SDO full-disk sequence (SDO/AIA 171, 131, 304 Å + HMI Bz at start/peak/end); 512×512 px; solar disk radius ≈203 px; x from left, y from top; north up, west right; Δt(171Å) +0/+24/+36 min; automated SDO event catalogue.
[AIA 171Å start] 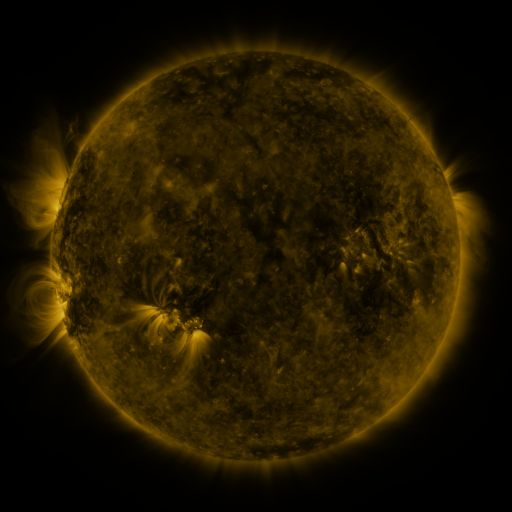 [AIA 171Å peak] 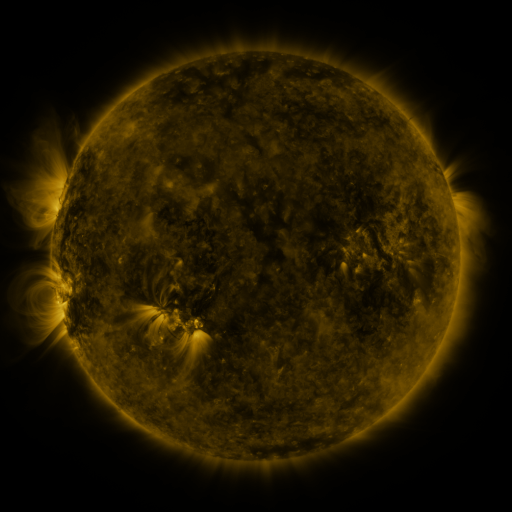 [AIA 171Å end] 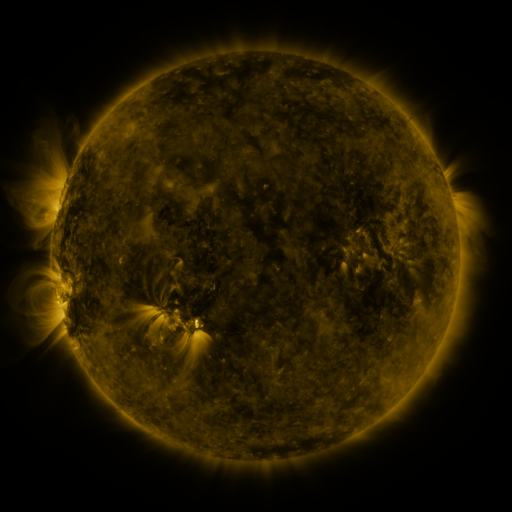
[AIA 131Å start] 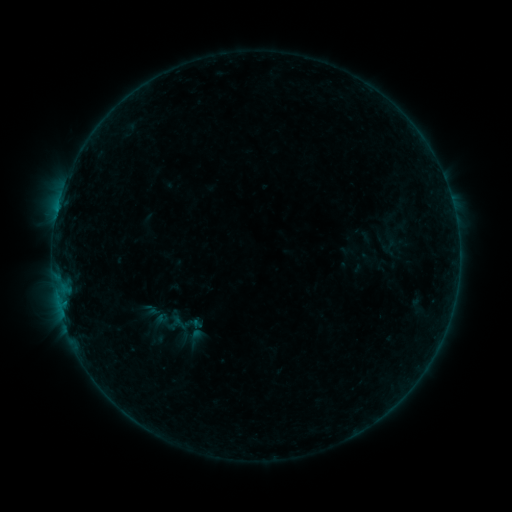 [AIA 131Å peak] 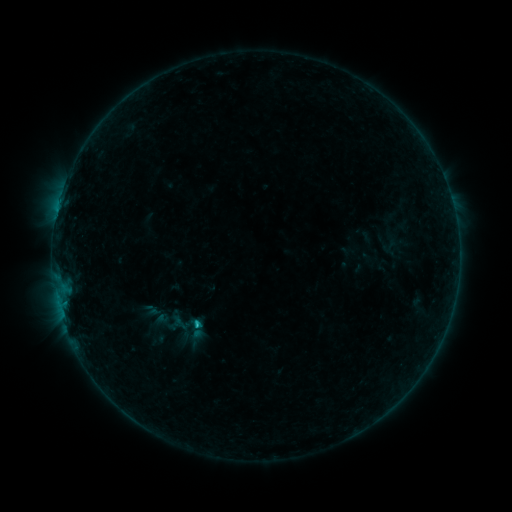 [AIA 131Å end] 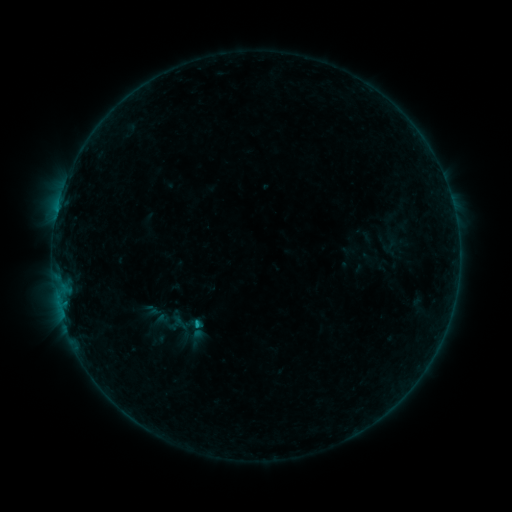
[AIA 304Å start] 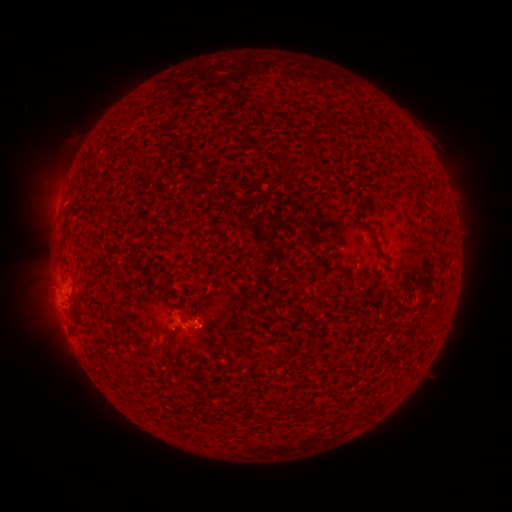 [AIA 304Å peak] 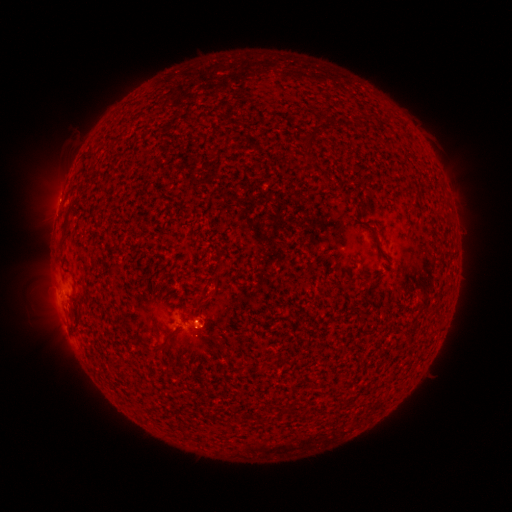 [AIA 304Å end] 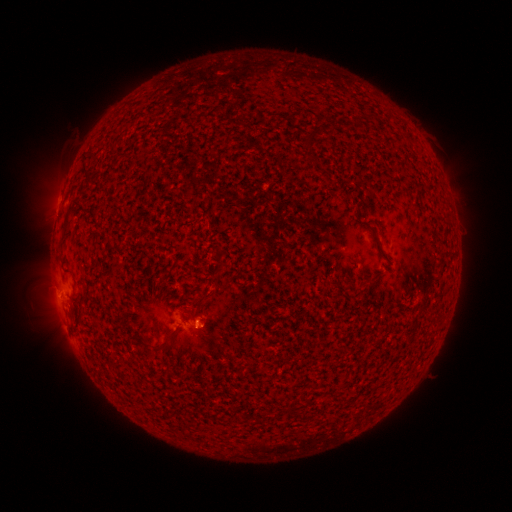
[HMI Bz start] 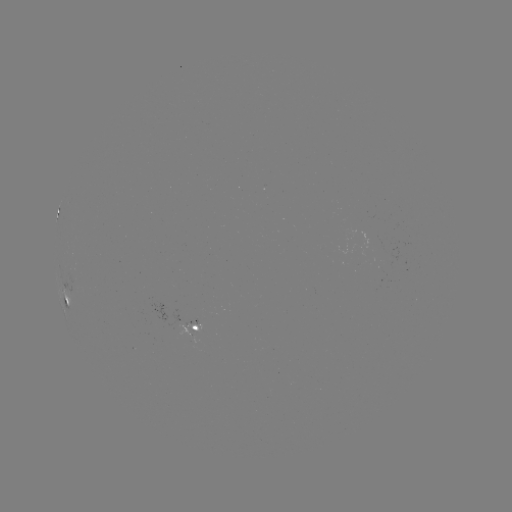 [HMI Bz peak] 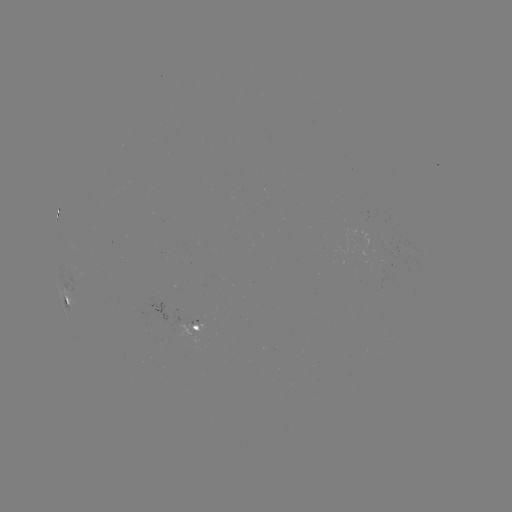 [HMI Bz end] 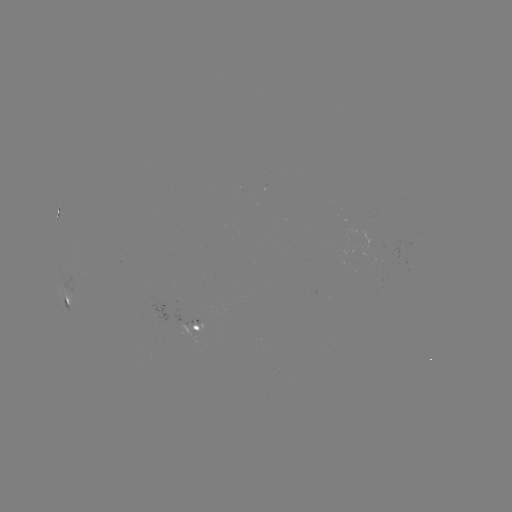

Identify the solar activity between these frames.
B5.7 flare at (197, 324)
